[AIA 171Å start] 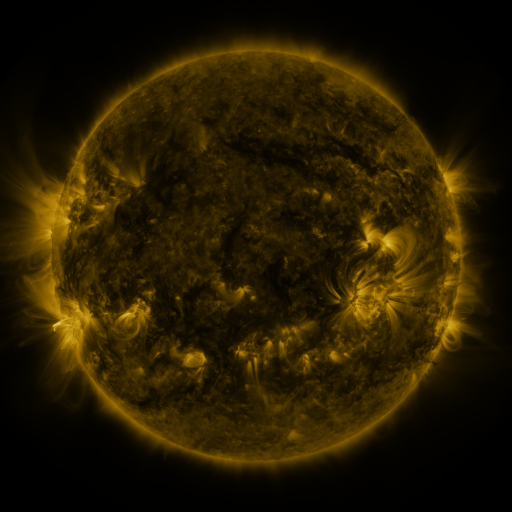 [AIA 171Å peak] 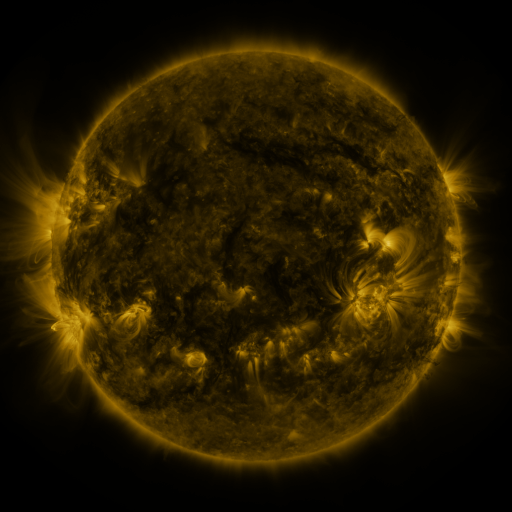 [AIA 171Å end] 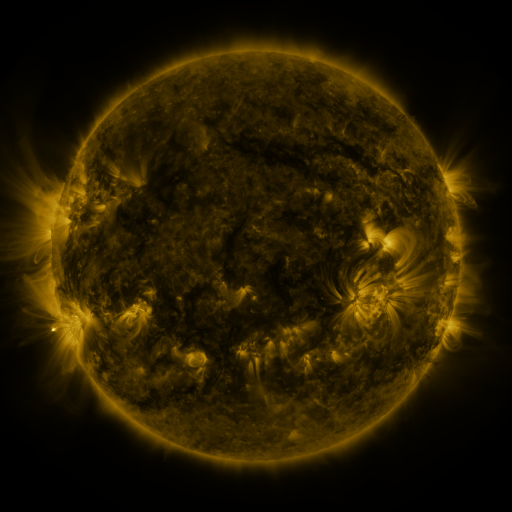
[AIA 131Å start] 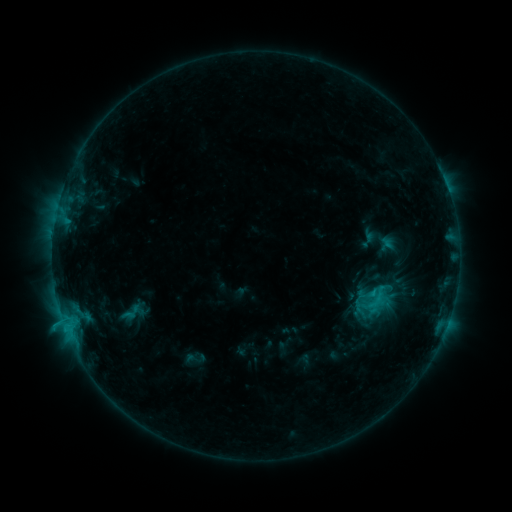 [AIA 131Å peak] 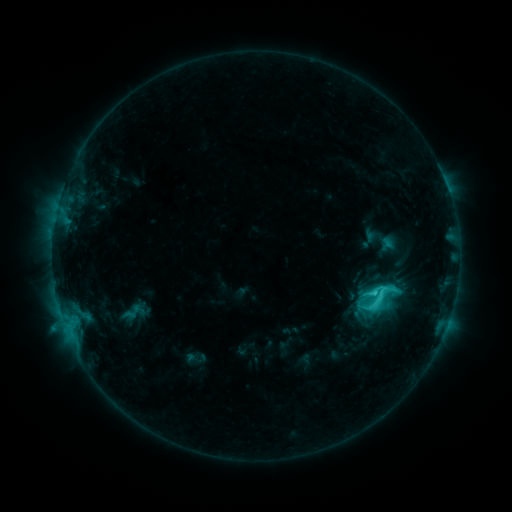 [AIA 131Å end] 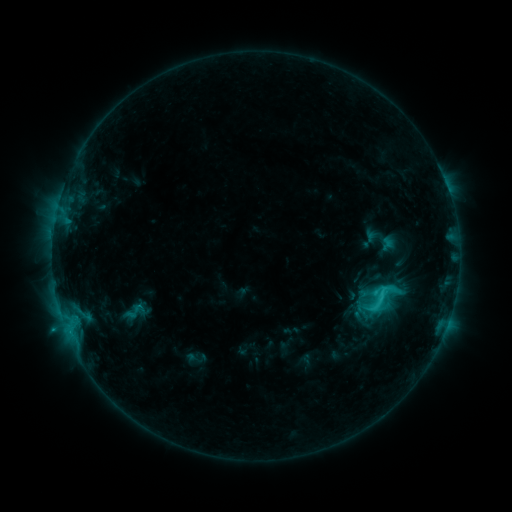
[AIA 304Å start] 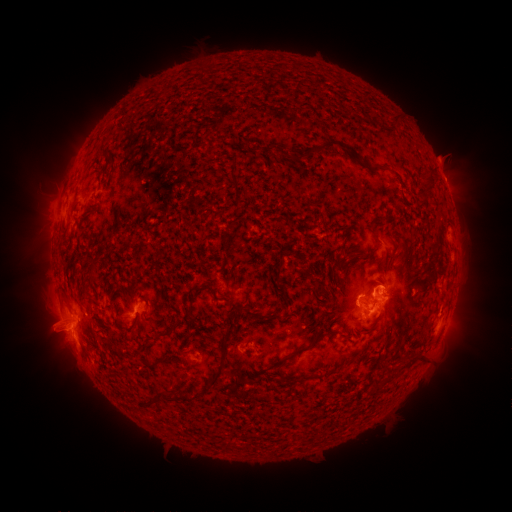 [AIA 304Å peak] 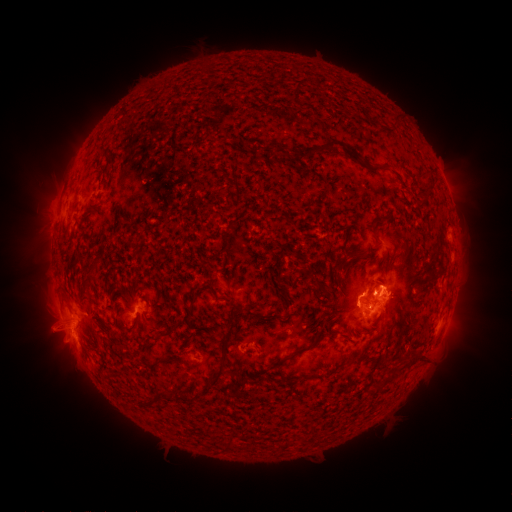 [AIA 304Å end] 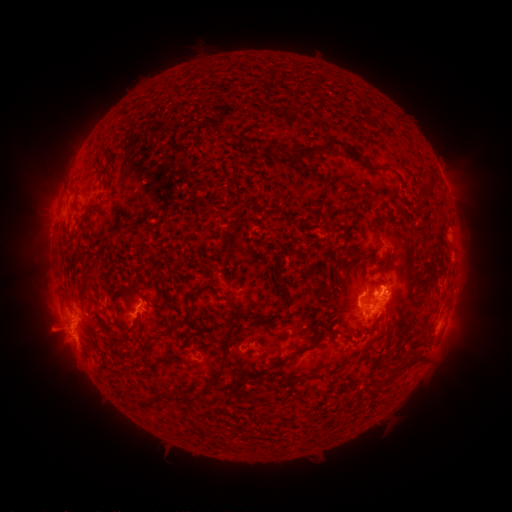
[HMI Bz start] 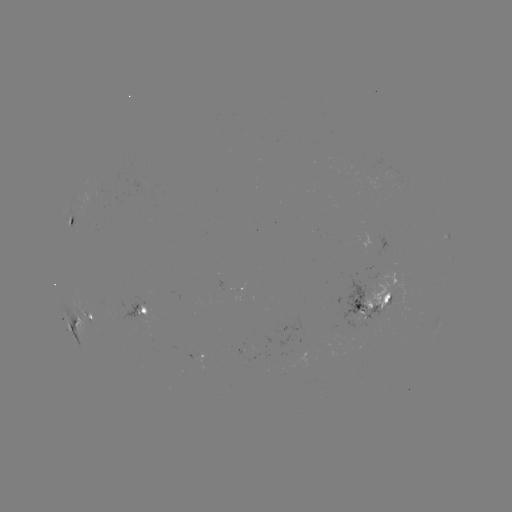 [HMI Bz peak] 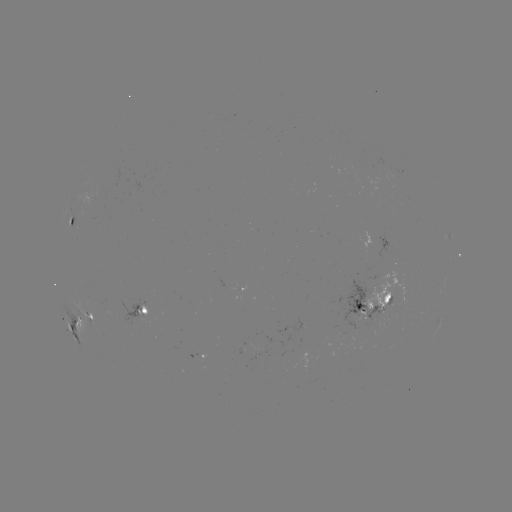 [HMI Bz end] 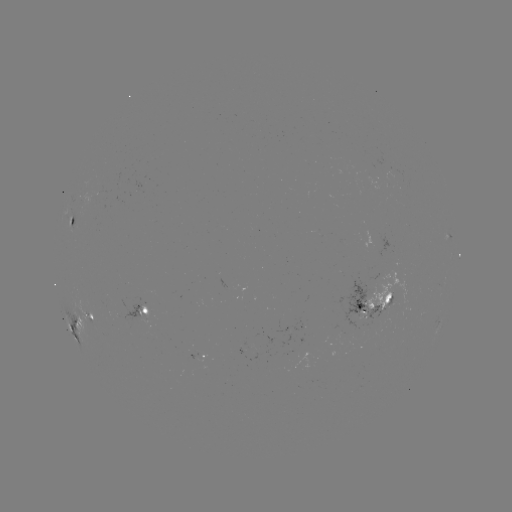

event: flare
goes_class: C4.8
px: (374, 290)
